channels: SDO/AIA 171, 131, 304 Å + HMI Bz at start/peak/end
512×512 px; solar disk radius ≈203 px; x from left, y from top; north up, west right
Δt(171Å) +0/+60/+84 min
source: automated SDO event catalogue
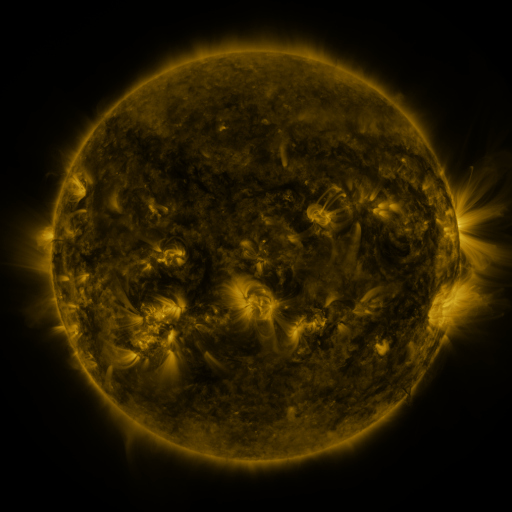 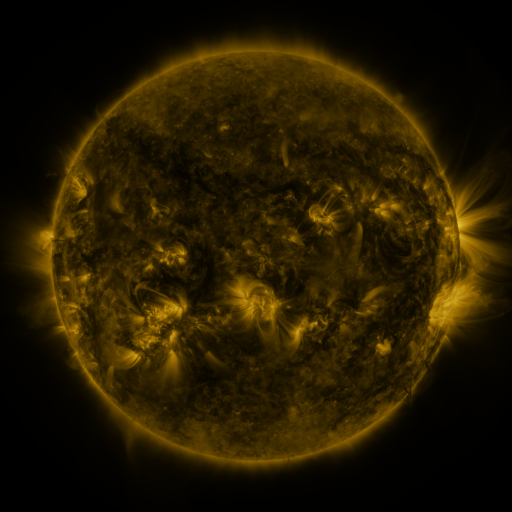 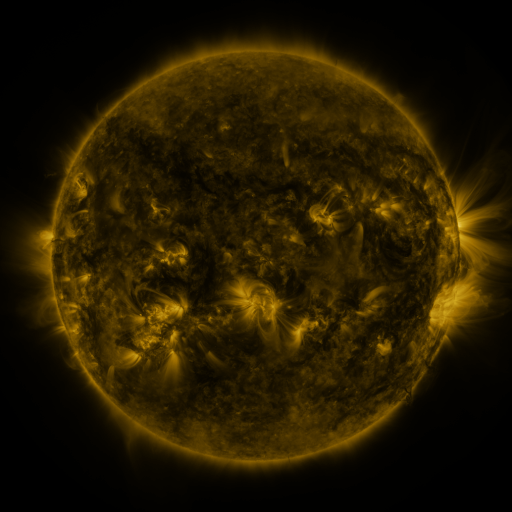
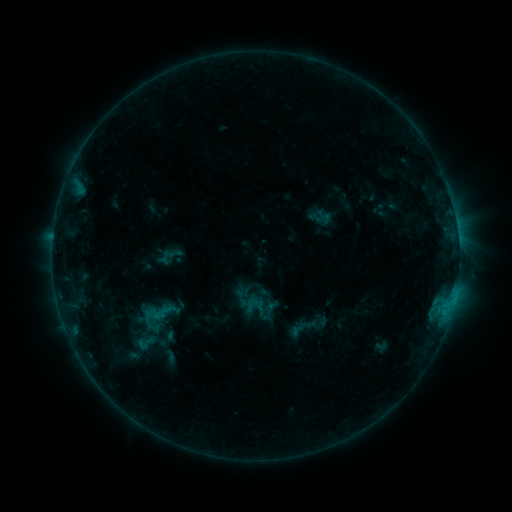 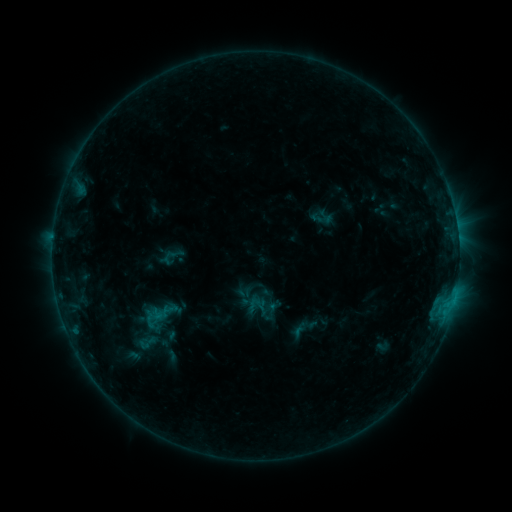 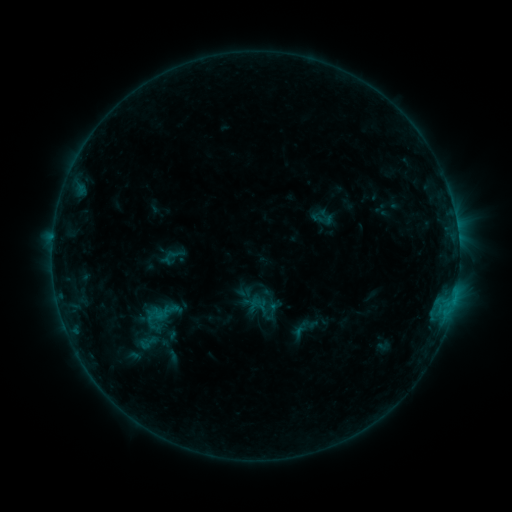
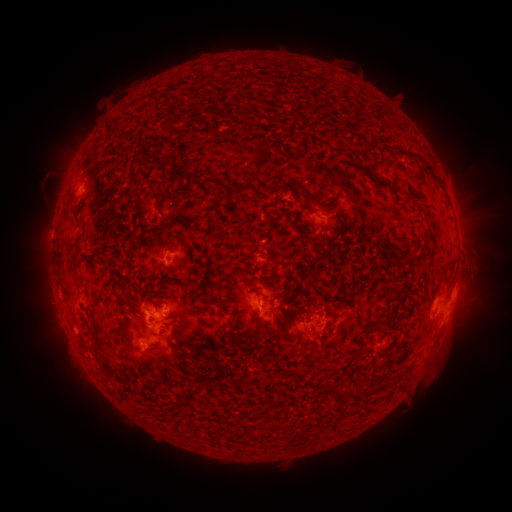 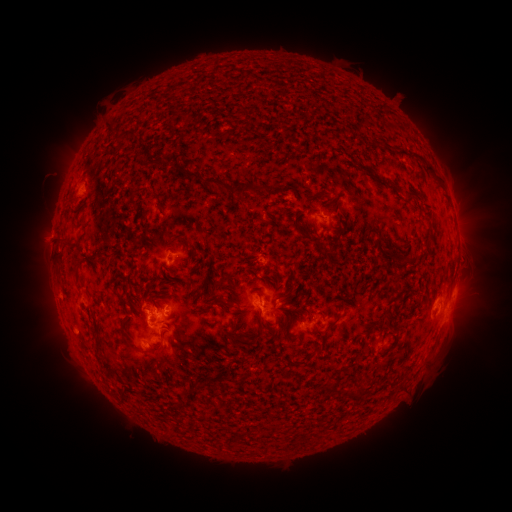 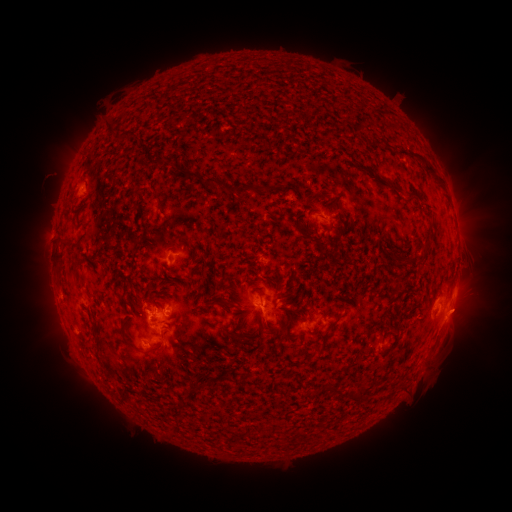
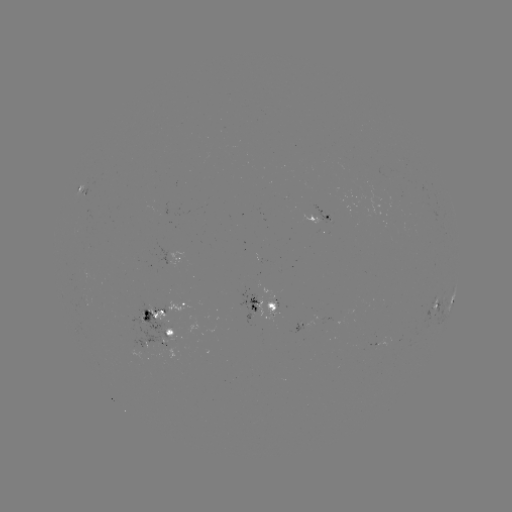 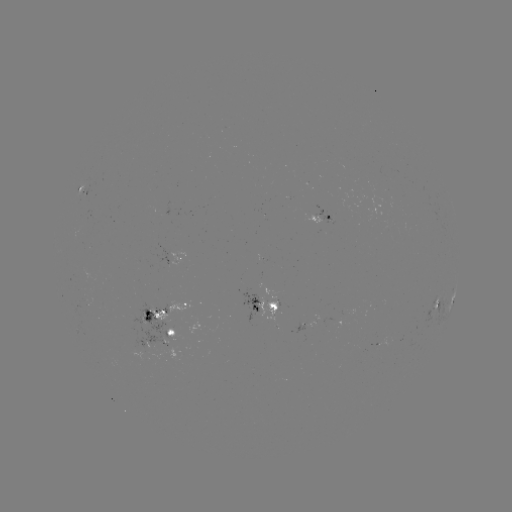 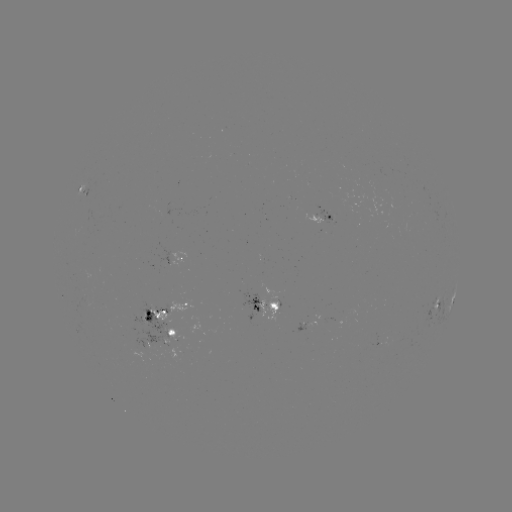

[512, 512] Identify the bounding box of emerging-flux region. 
[396, 161, 409, 166].